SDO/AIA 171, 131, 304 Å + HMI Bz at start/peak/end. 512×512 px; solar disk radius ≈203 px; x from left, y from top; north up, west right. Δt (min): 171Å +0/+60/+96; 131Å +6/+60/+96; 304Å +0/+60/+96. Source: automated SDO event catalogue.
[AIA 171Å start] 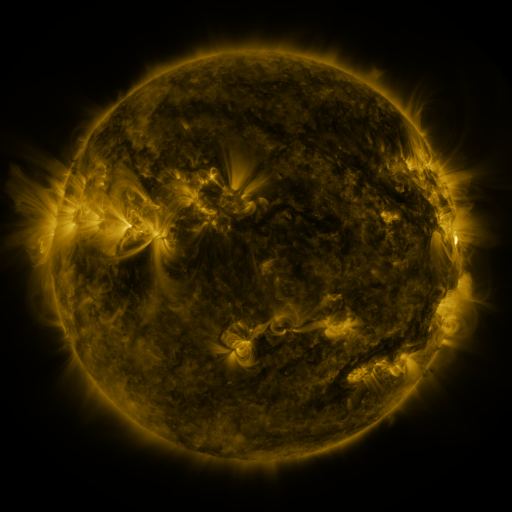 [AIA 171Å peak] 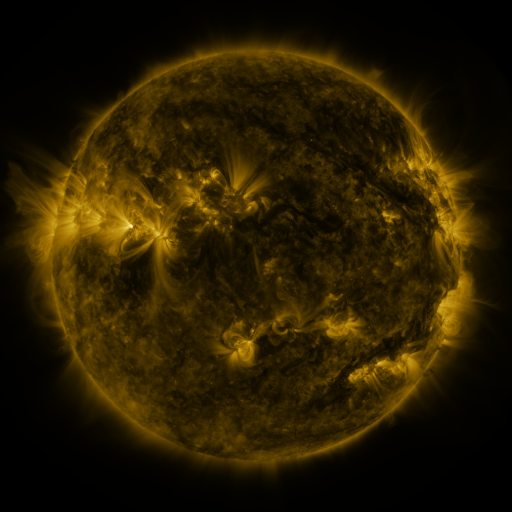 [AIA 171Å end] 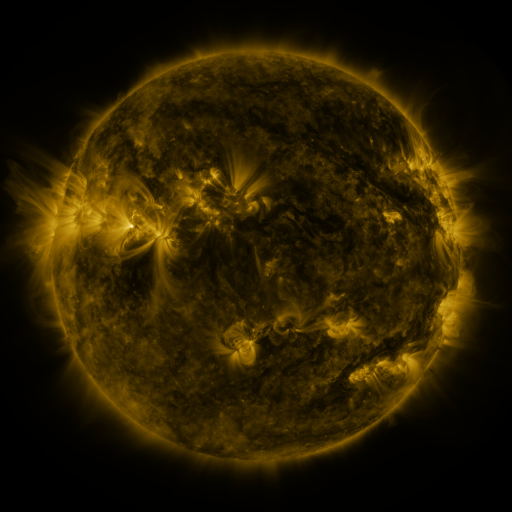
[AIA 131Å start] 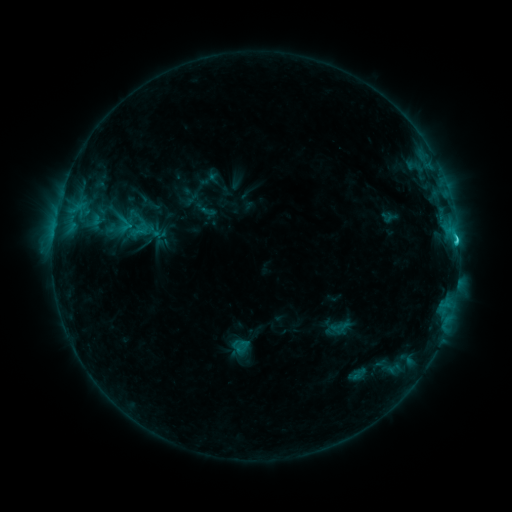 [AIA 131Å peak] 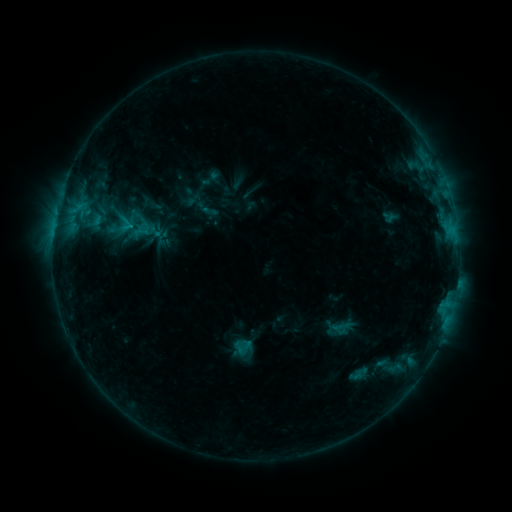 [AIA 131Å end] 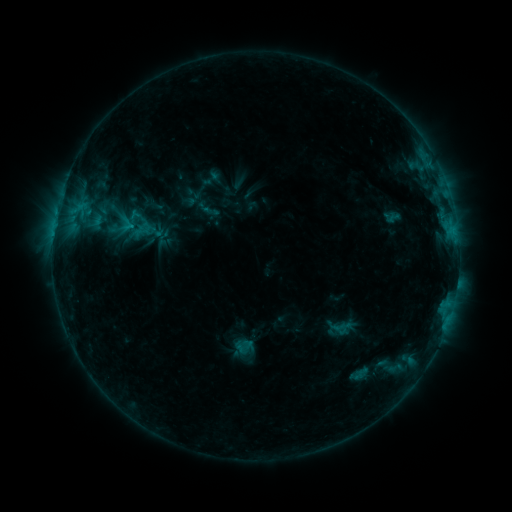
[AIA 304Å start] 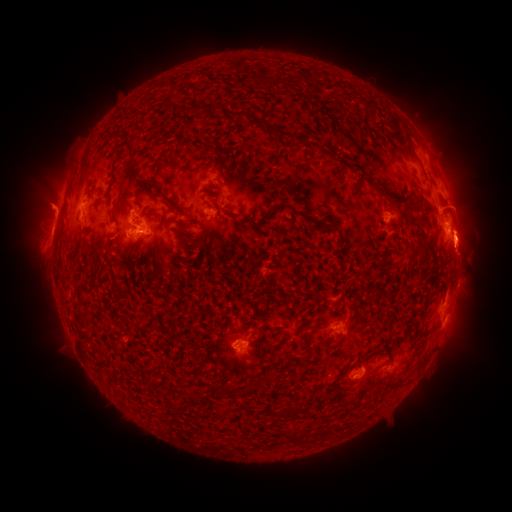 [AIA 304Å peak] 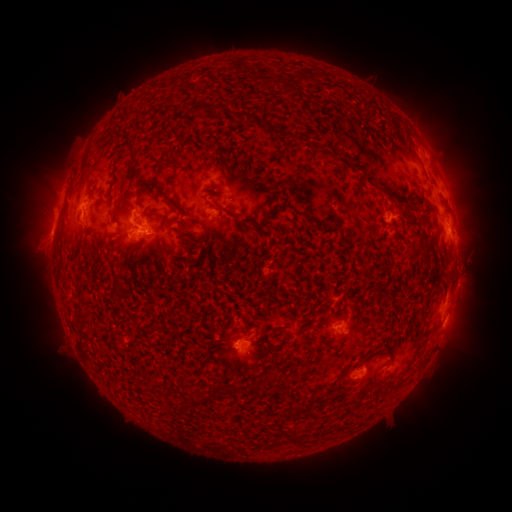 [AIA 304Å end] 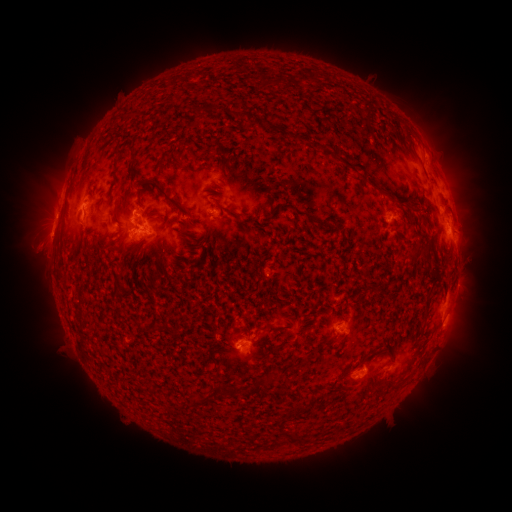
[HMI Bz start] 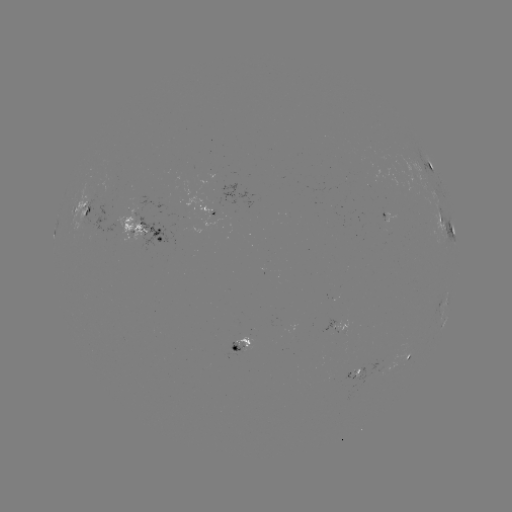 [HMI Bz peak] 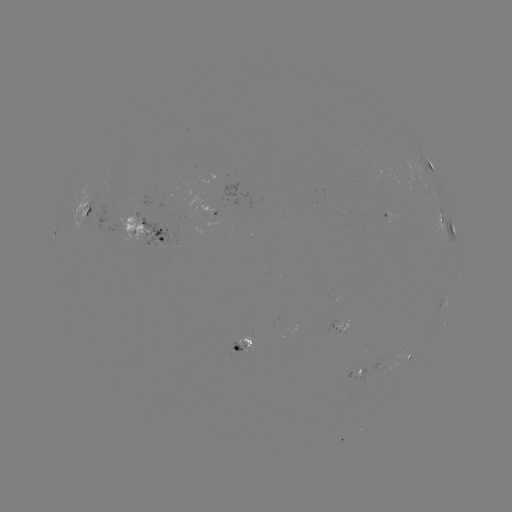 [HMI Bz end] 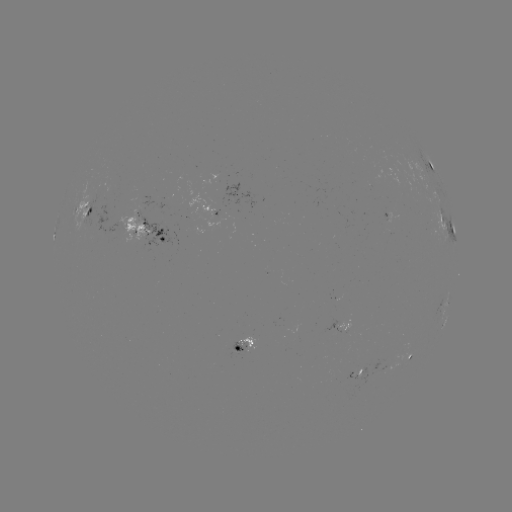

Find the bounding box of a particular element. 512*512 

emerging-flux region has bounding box [221, 184, 255, 214].